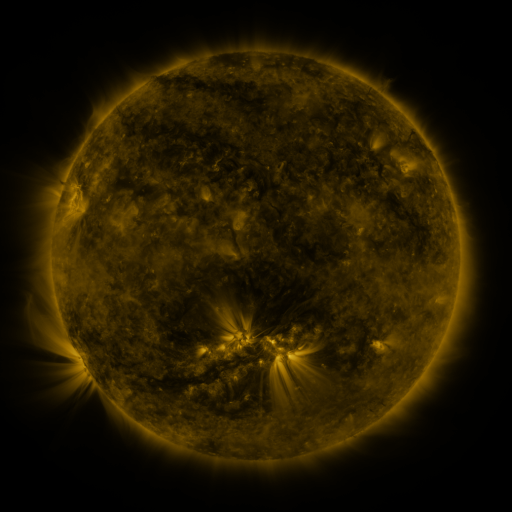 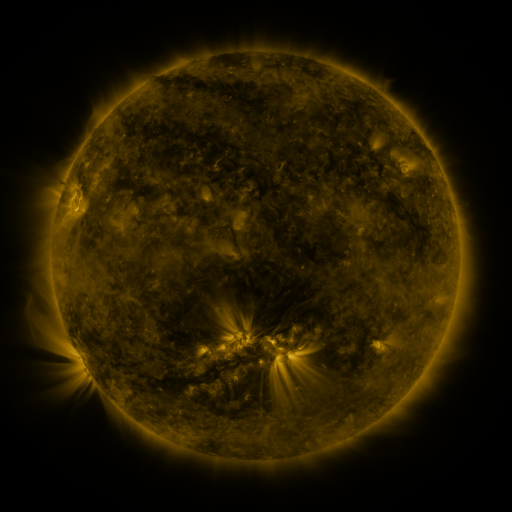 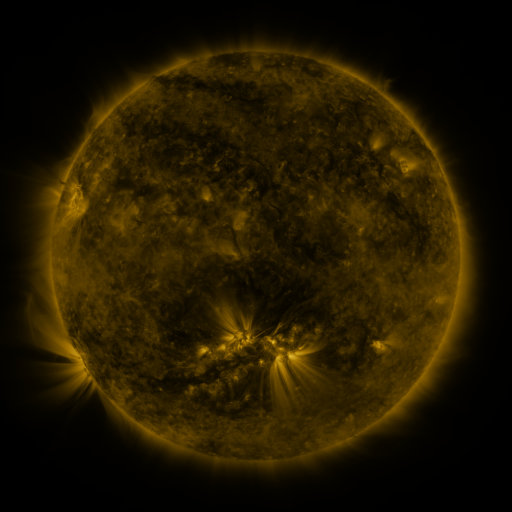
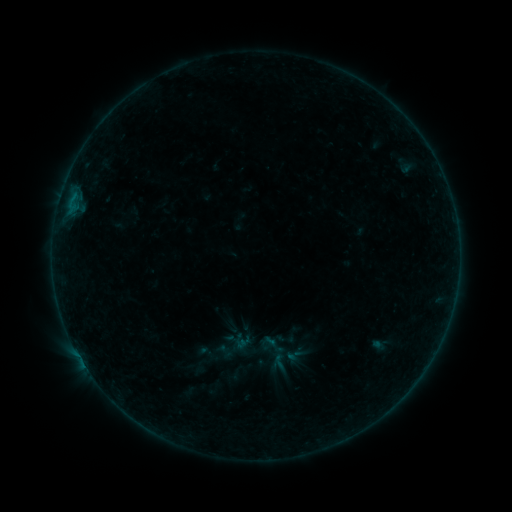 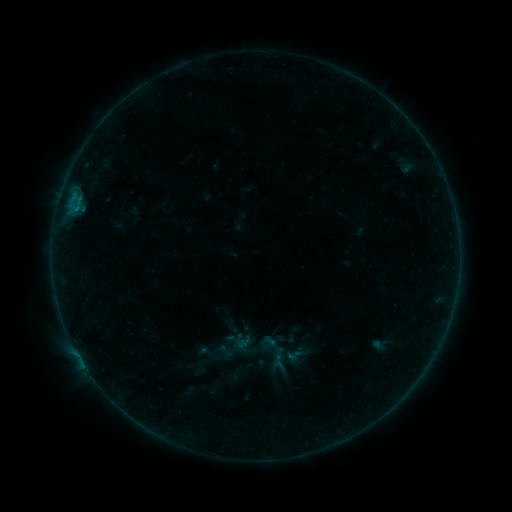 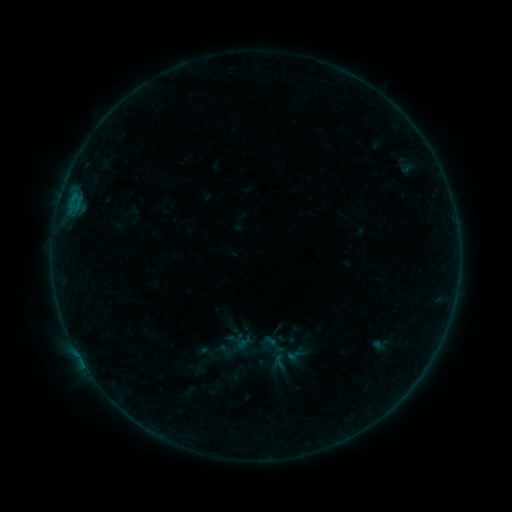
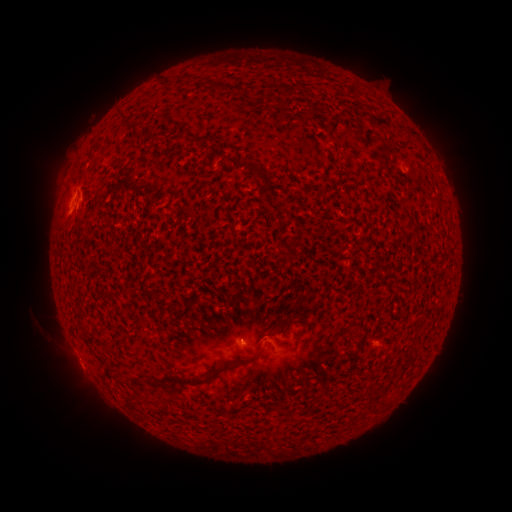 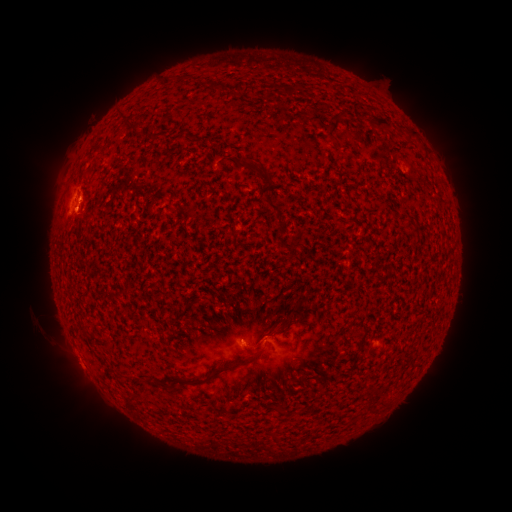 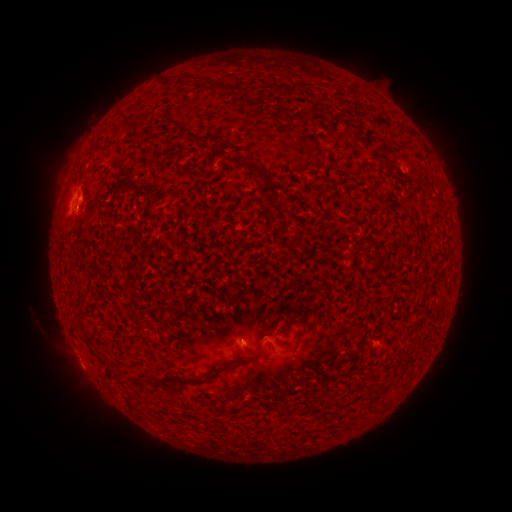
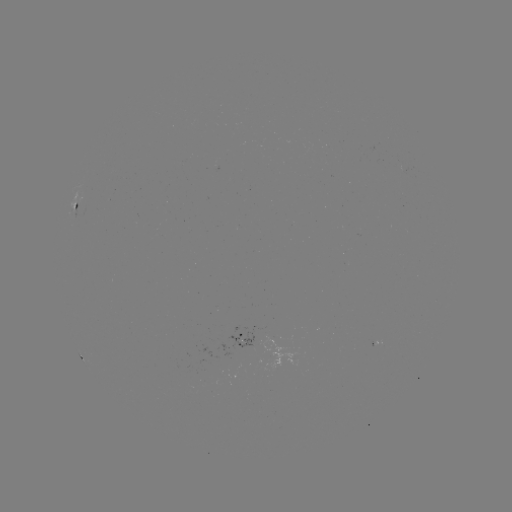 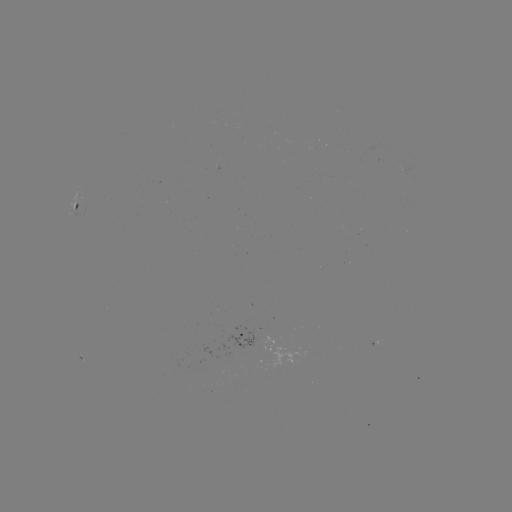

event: flare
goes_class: B2.1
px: (75, 215)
